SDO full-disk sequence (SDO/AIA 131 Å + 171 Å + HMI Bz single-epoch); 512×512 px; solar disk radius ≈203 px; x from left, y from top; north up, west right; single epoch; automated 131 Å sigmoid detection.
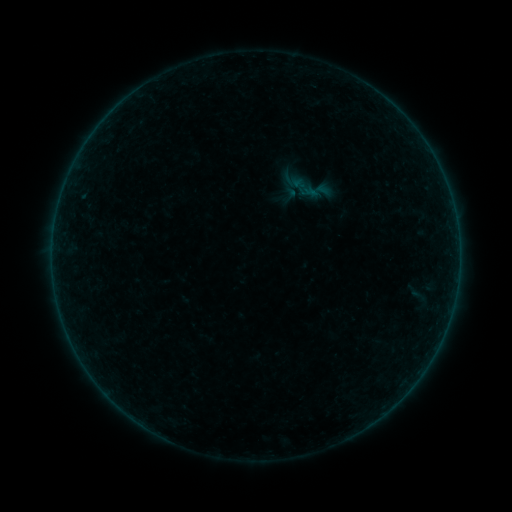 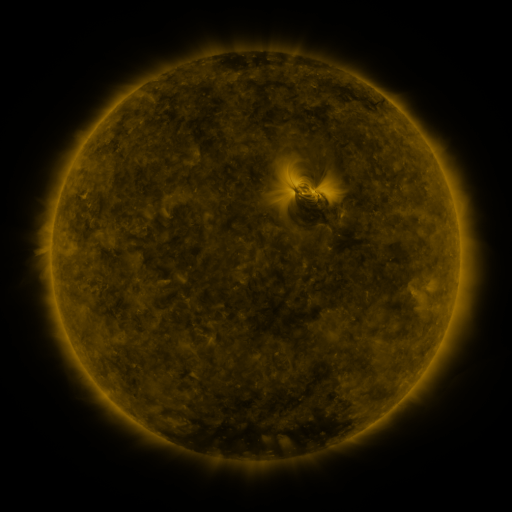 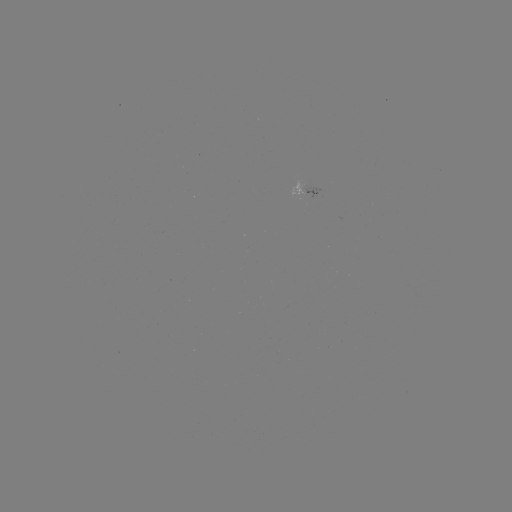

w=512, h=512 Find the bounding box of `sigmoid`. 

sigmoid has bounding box [279, 184, 299, 204].